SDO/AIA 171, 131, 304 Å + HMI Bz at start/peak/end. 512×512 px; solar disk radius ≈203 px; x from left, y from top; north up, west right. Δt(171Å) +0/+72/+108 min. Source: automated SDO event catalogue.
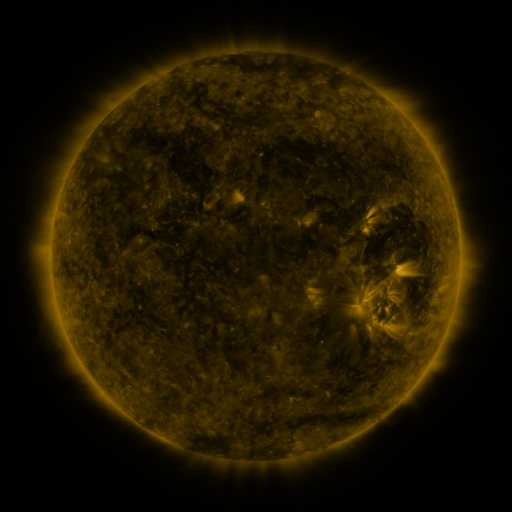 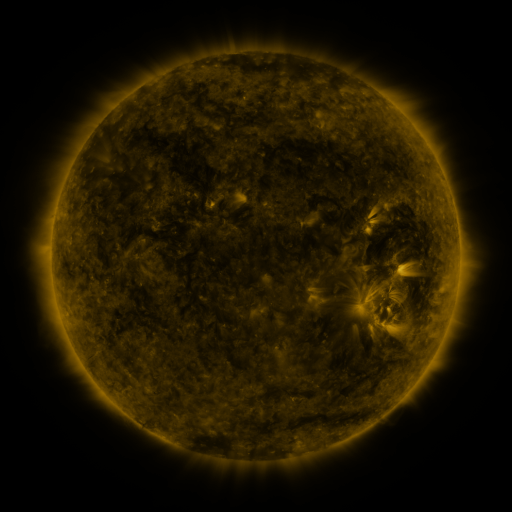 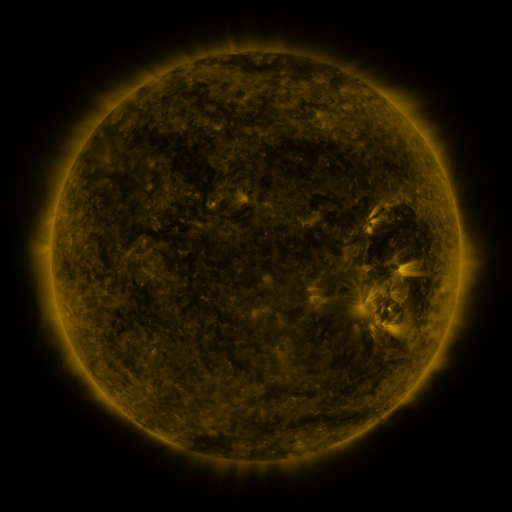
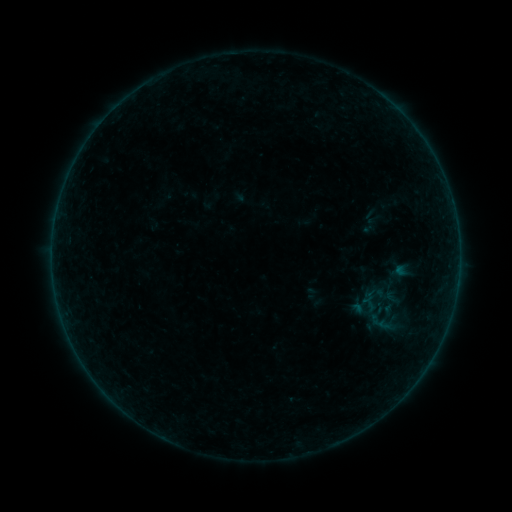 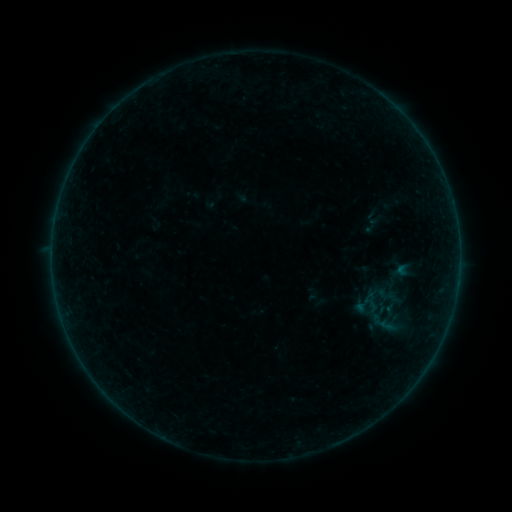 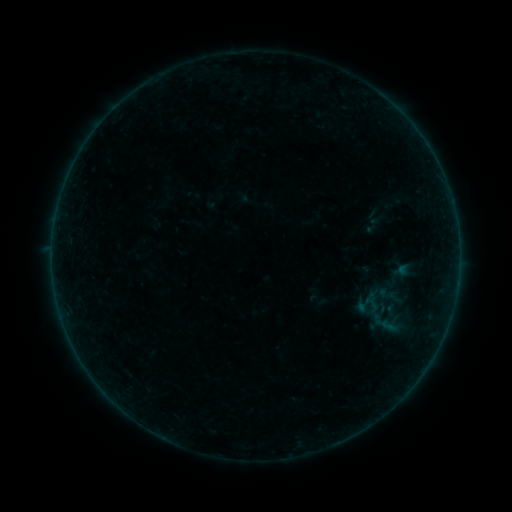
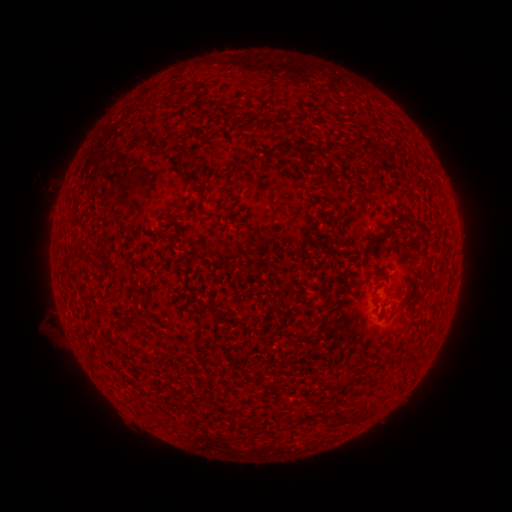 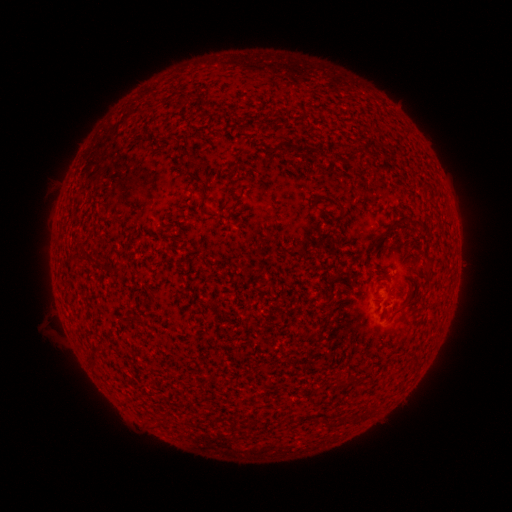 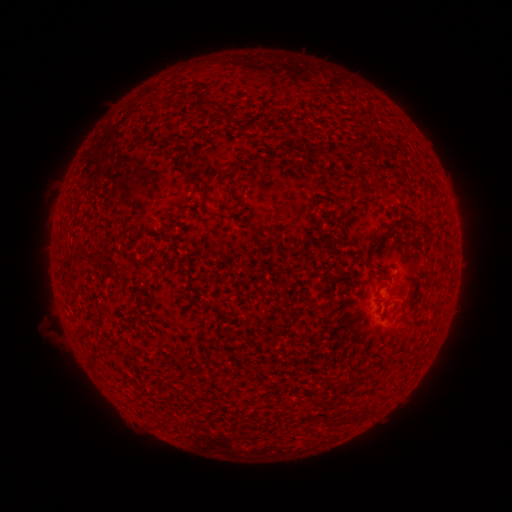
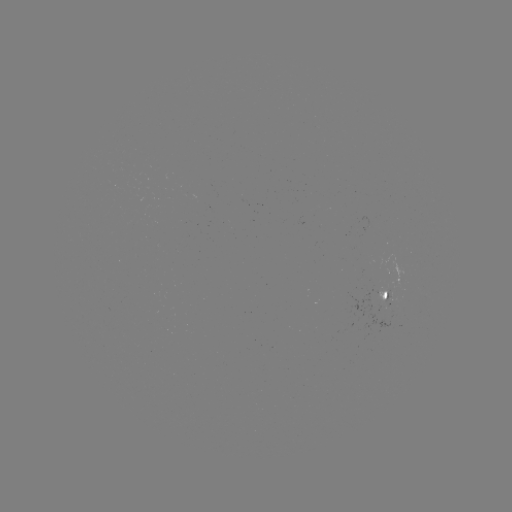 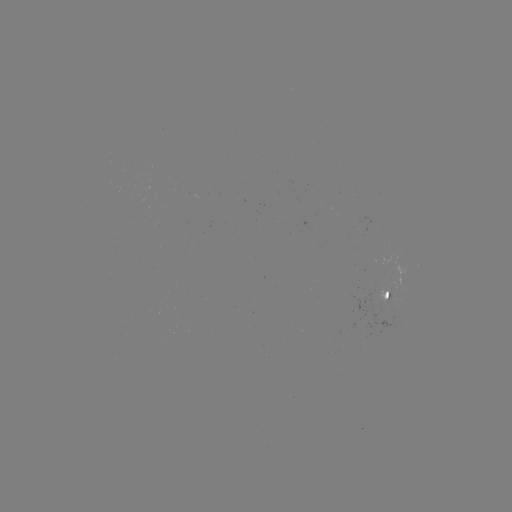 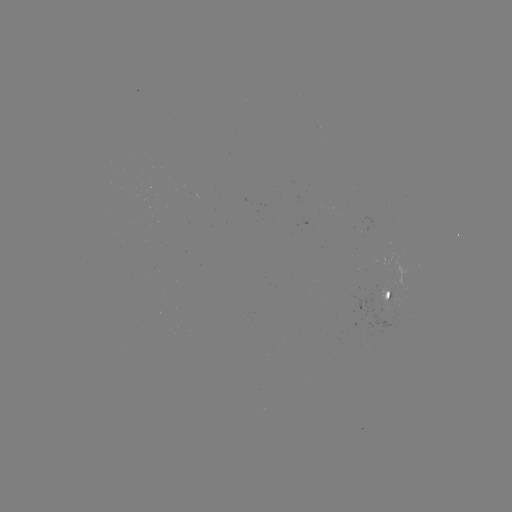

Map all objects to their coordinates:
emerging-flux region: (380, 290)
